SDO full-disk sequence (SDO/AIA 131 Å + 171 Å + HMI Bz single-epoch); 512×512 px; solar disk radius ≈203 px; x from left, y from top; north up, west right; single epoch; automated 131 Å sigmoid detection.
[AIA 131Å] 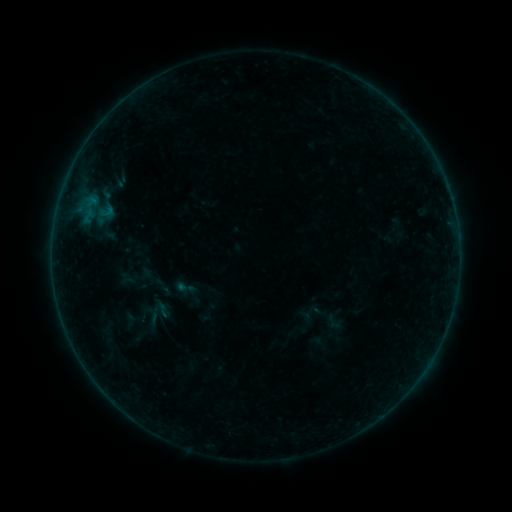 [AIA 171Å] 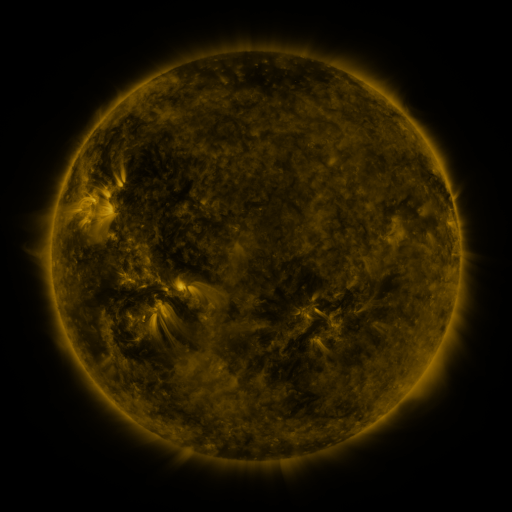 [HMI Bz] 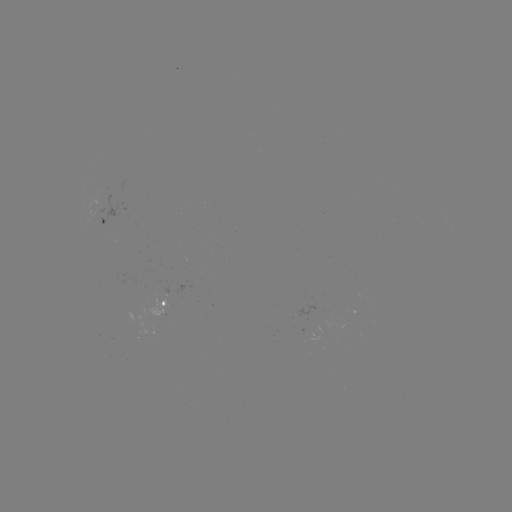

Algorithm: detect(sigmoid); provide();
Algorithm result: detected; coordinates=(185, 288)